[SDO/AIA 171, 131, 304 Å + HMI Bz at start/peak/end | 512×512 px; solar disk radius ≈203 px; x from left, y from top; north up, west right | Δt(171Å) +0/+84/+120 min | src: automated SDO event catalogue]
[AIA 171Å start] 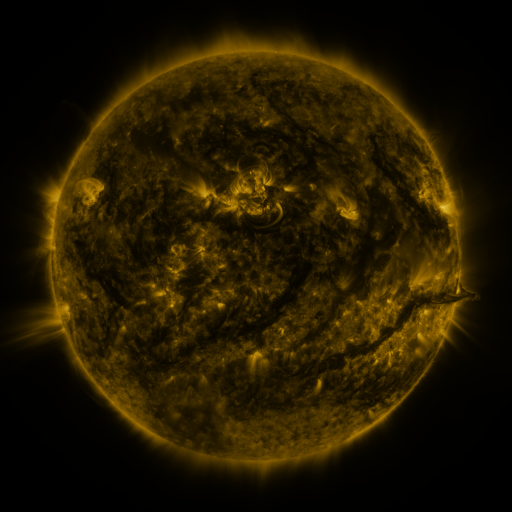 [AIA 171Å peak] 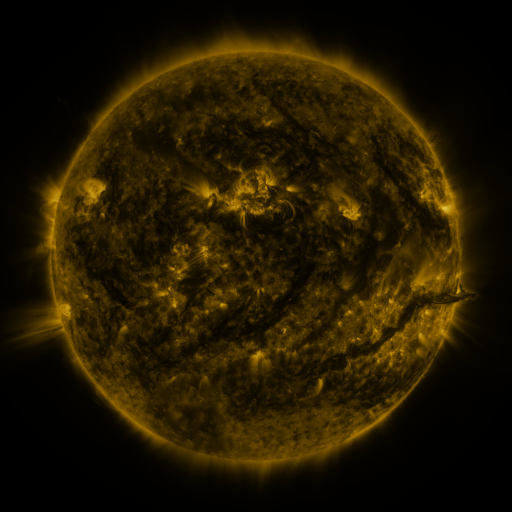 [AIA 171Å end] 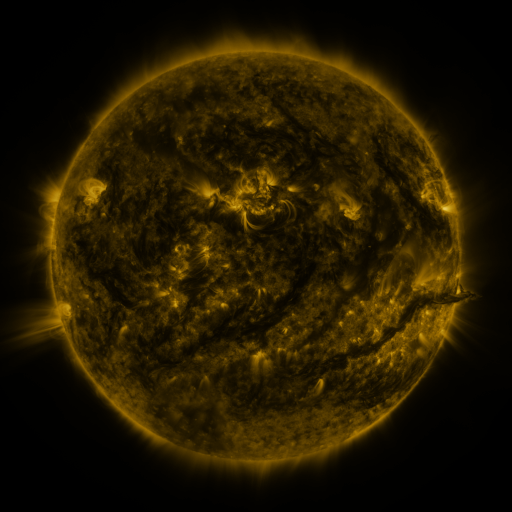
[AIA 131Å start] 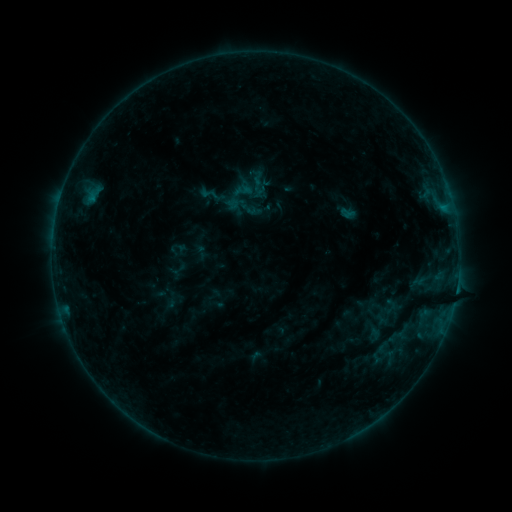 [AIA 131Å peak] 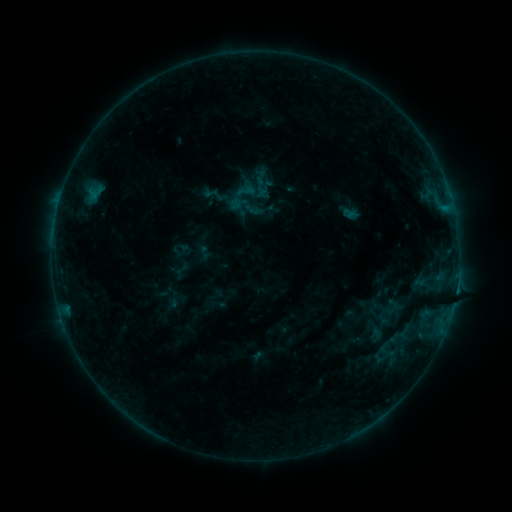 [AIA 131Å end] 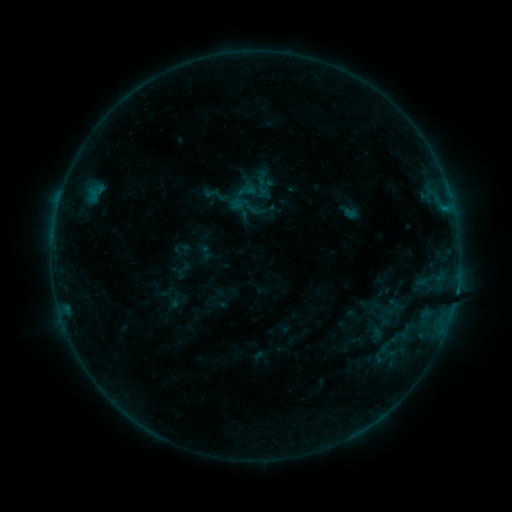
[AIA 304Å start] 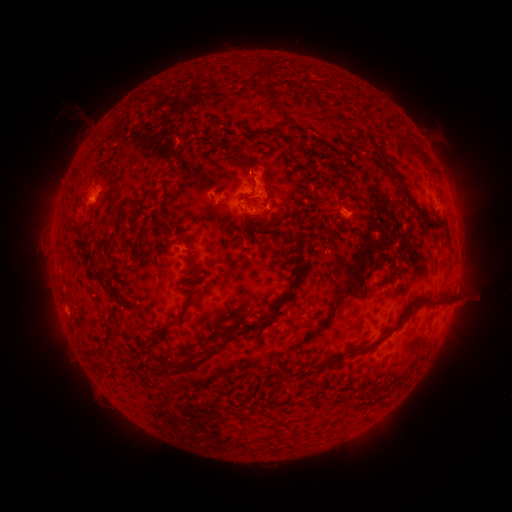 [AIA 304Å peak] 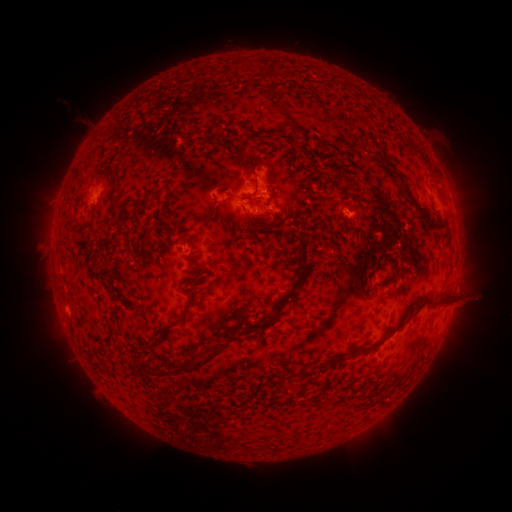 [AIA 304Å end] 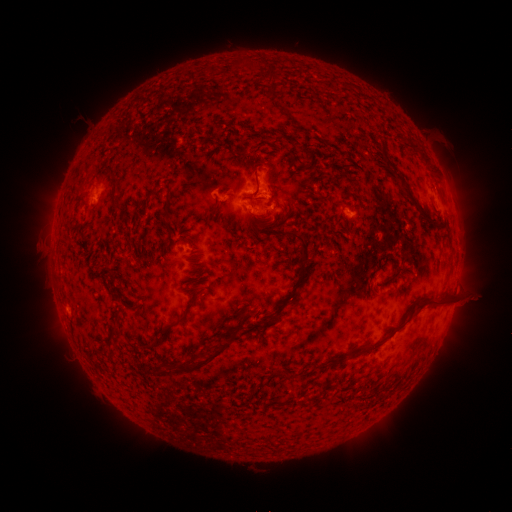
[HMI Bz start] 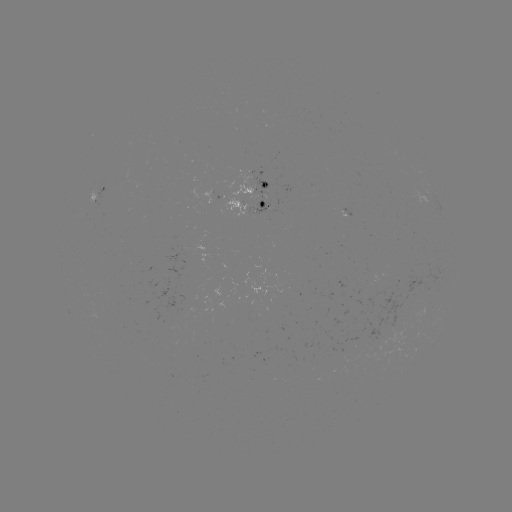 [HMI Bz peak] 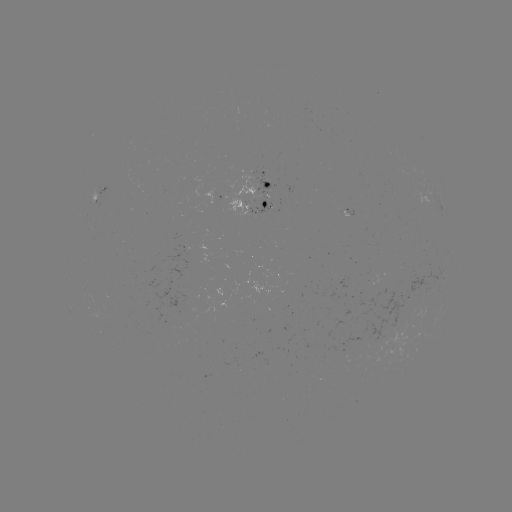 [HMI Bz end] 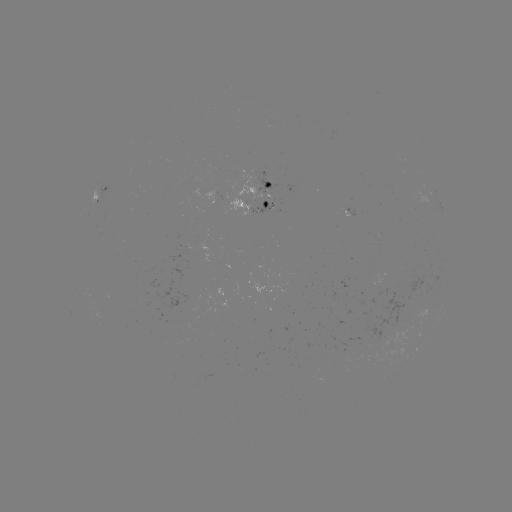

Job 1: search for emerging-flux region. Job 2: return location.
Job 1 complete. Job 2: [257, 178].